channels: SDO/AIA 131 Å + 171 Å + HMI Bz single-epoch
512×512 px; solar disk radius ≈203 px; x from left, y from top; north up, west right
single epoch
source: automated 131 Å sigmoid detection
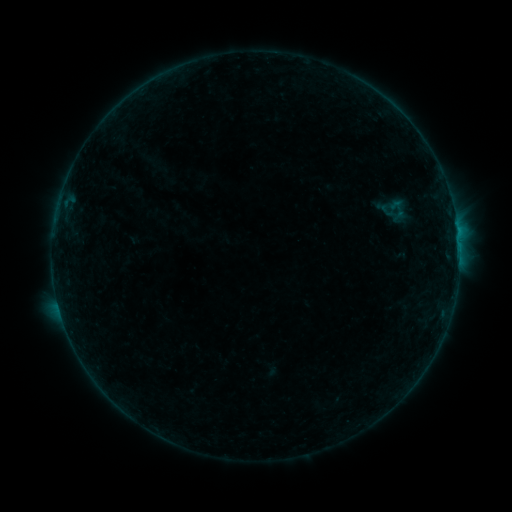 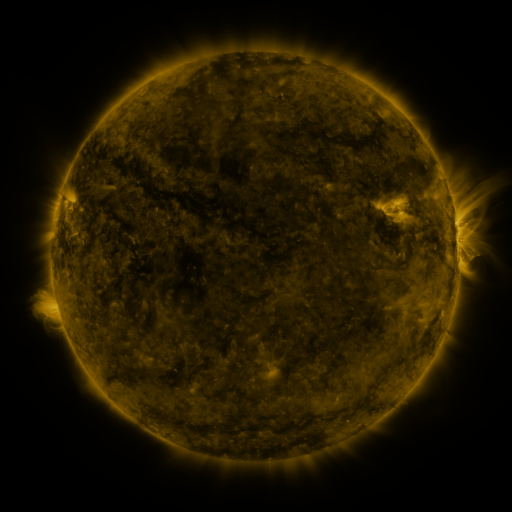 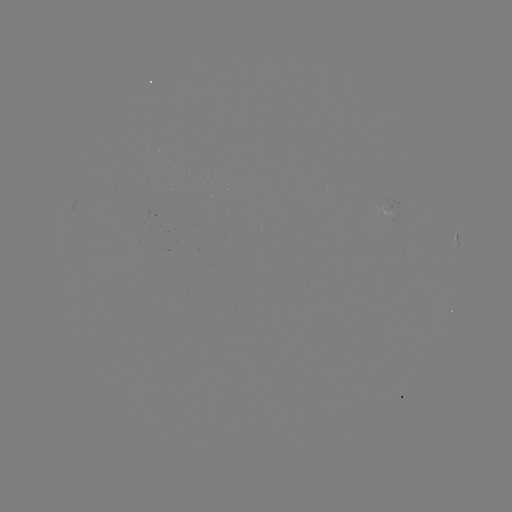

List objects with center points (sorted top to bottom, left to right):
sigmoid: (398, 208)
